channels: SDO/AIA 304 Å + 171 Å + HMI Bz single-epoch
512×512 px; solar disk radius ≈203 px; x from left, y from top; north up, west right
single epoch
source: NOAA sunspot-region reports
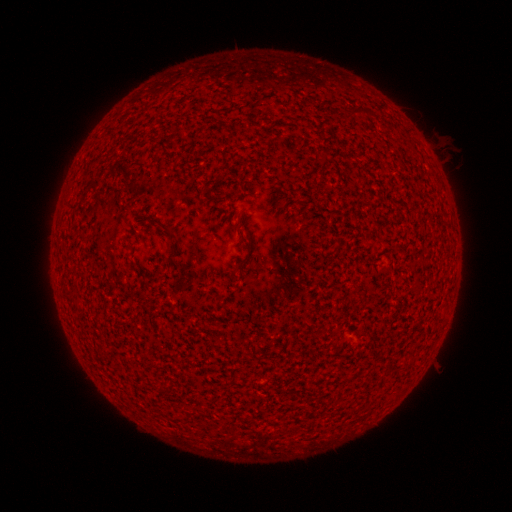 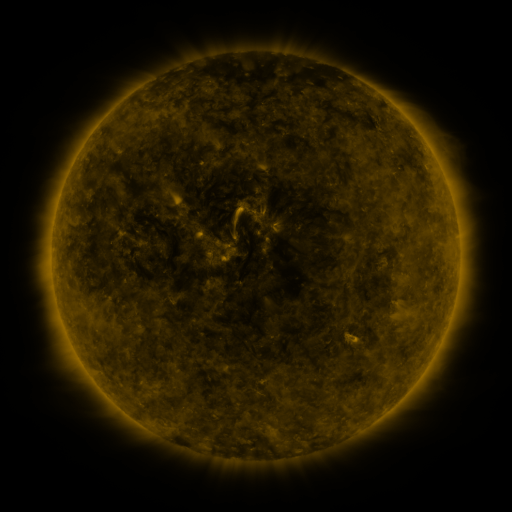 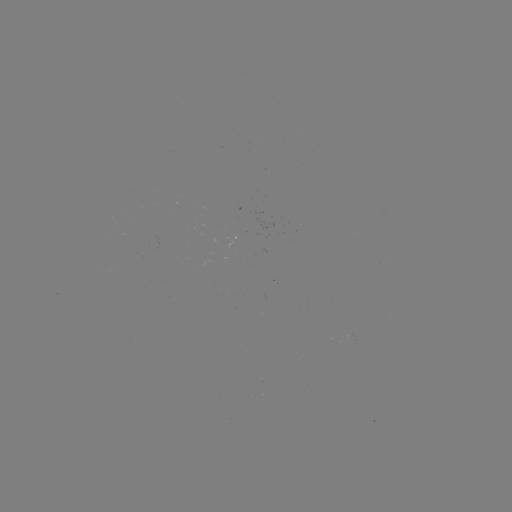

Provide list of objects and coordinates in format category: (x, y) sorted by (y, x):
(none)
